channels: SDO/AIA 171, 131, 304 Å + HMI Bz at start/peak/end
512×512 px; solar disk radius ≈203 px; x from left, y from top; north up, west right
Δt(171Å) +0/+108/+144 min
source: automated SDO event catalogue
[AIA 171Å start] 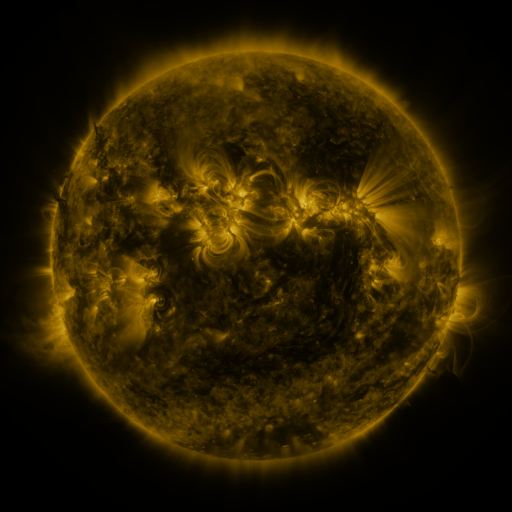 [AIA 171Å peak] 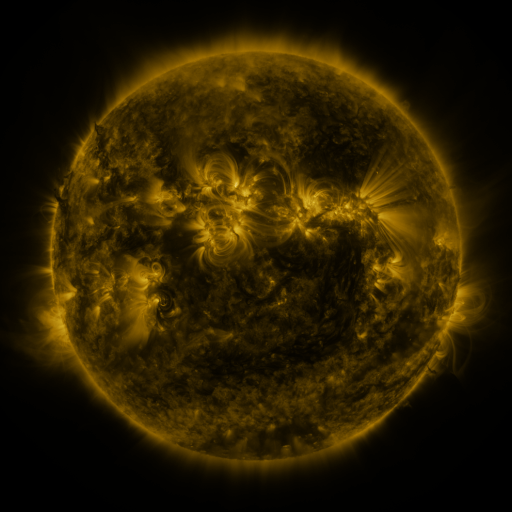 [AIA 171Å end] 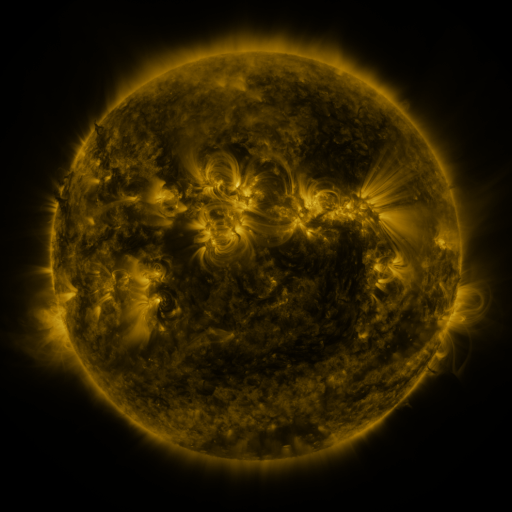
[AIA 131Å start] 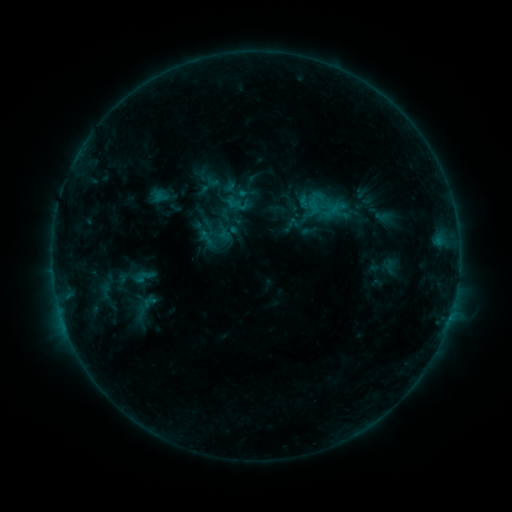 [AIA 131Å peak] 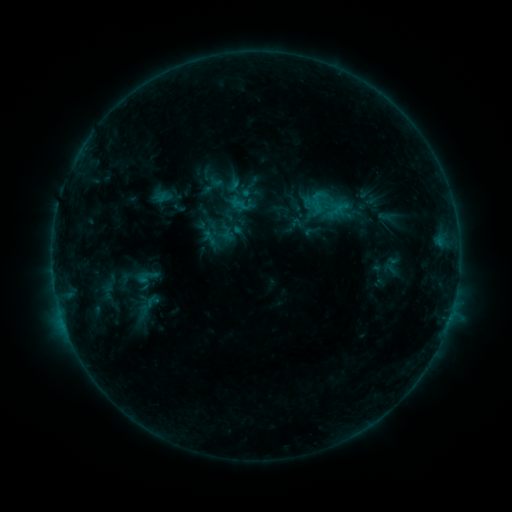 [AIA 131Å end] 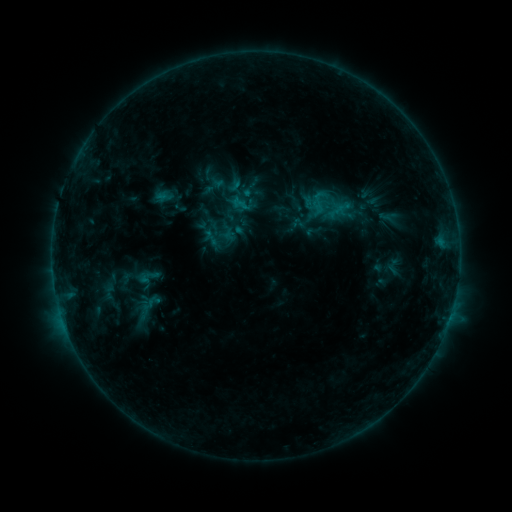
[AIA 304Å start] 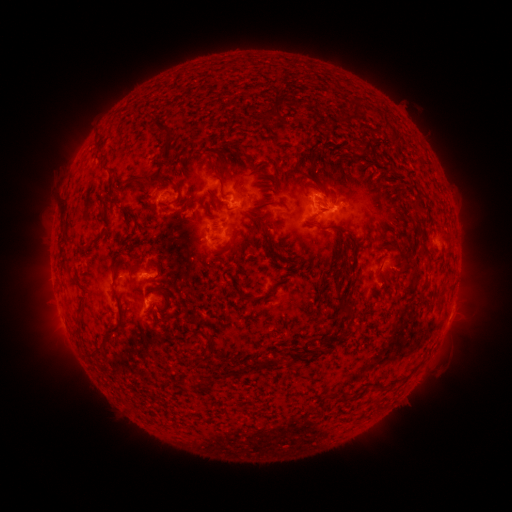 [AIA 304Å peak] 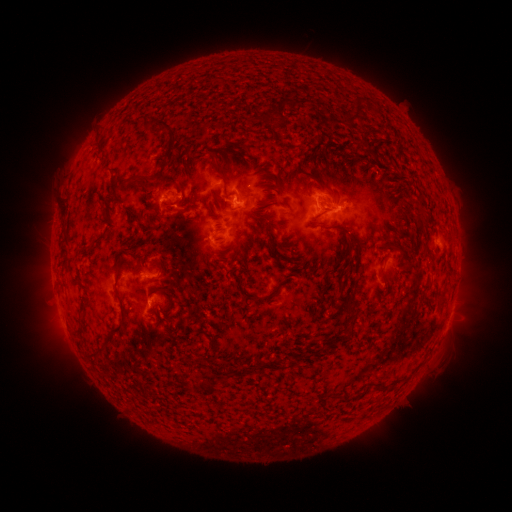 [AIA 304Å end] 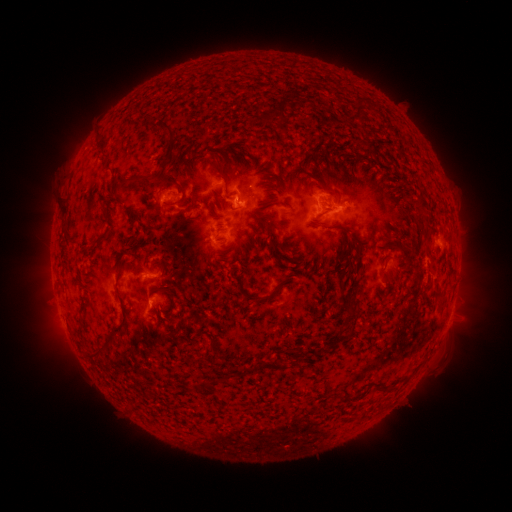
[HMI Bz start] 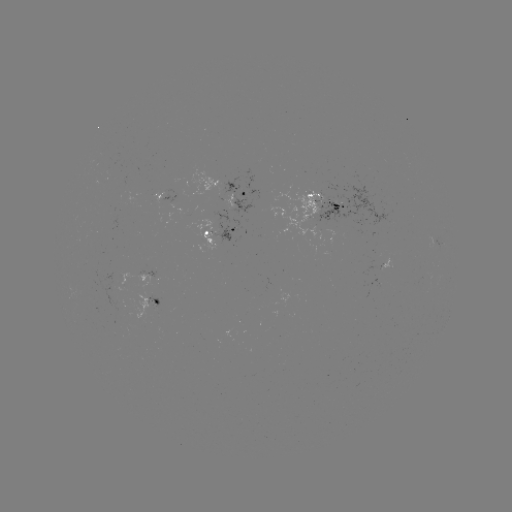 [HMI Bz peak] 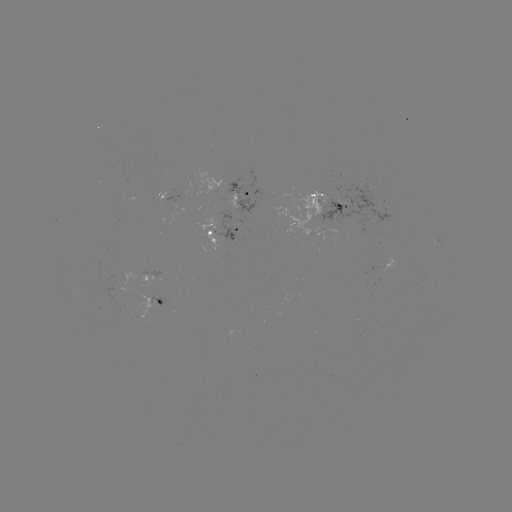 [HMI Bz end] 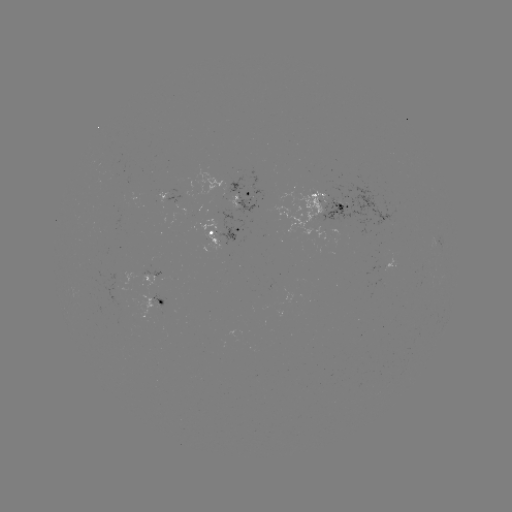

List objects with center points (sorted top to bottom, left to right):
emerging-flux region: (379, 282)
